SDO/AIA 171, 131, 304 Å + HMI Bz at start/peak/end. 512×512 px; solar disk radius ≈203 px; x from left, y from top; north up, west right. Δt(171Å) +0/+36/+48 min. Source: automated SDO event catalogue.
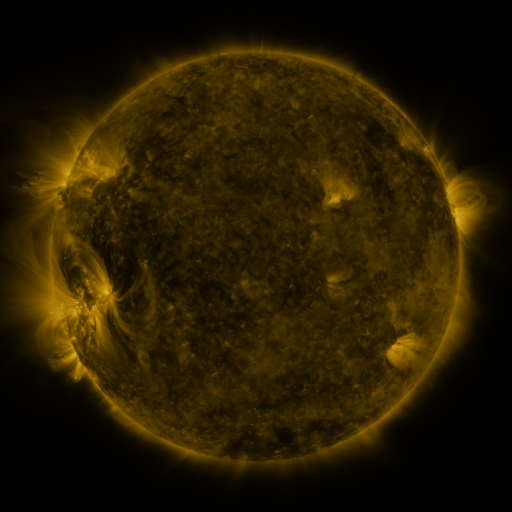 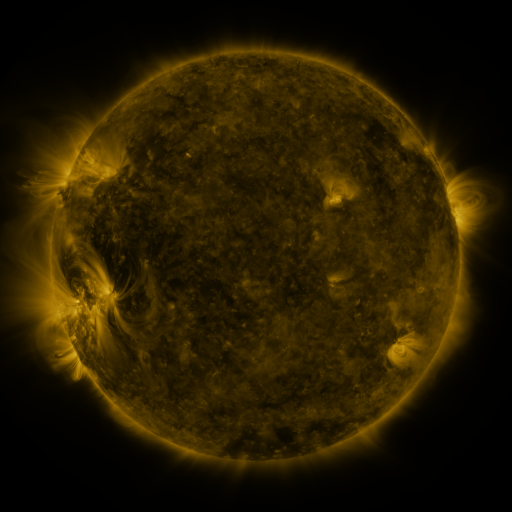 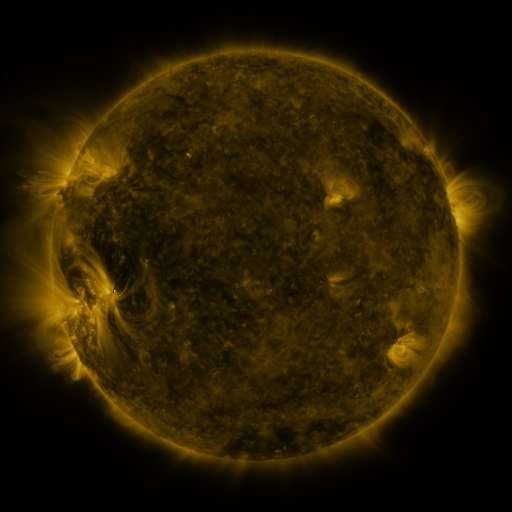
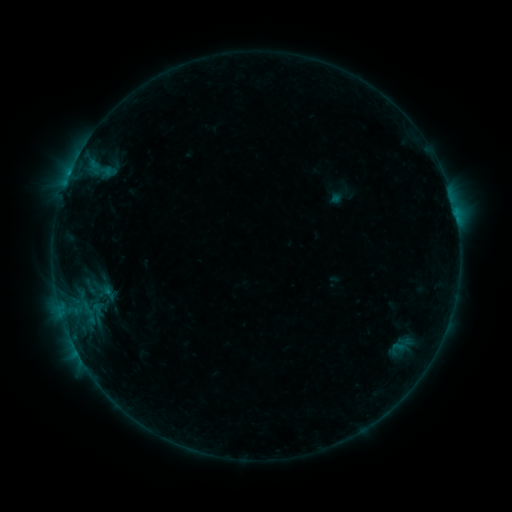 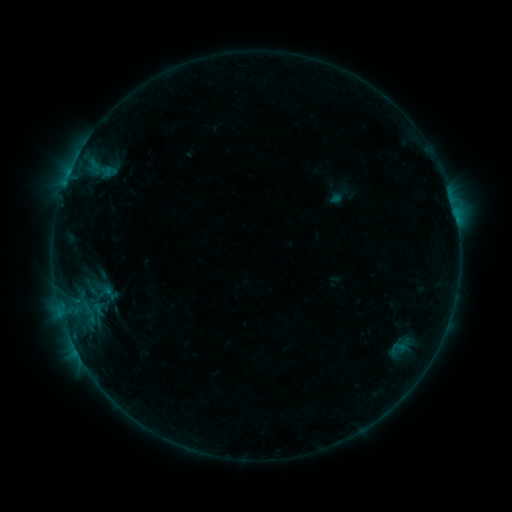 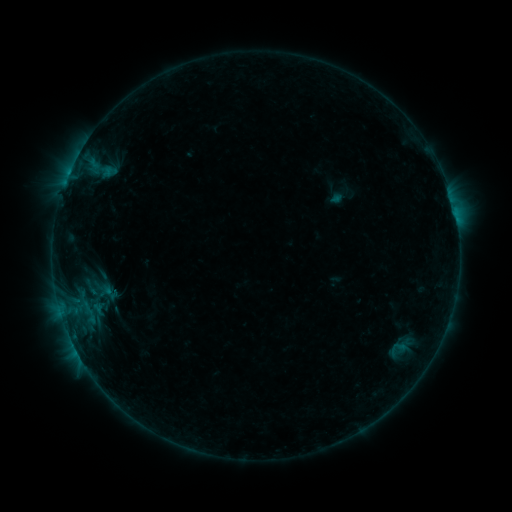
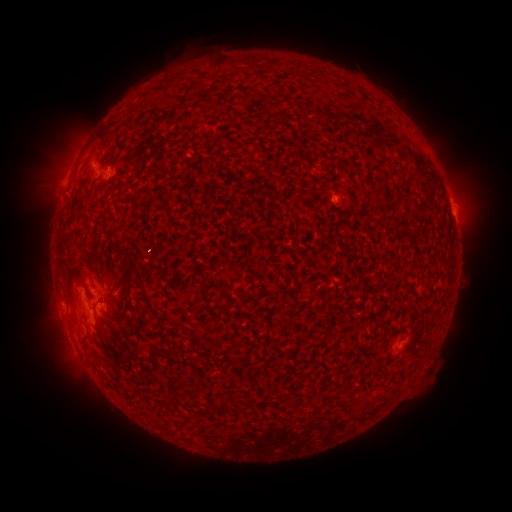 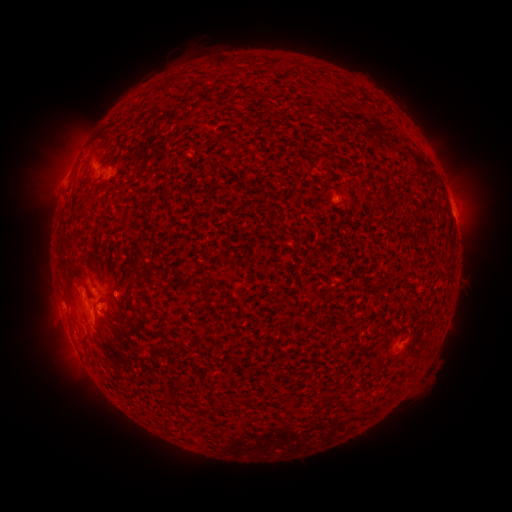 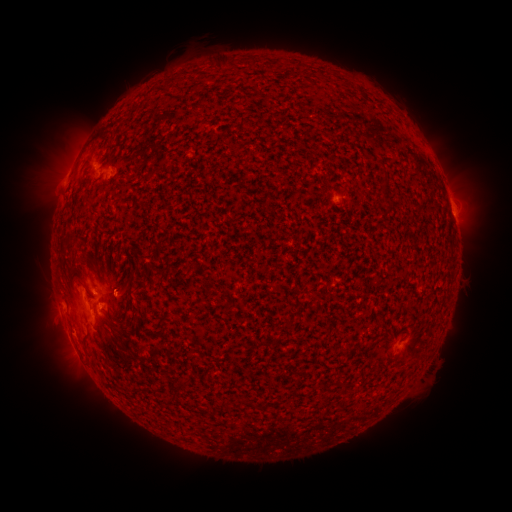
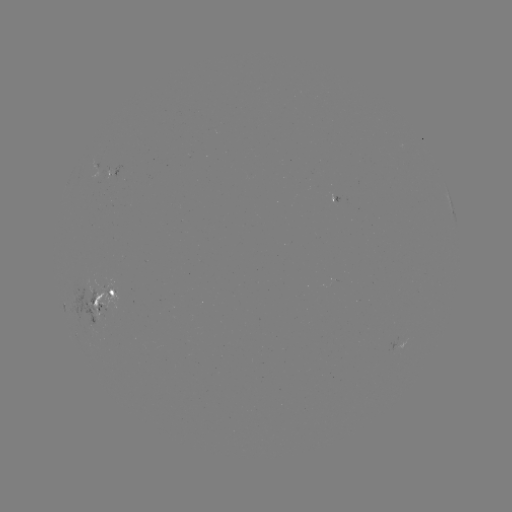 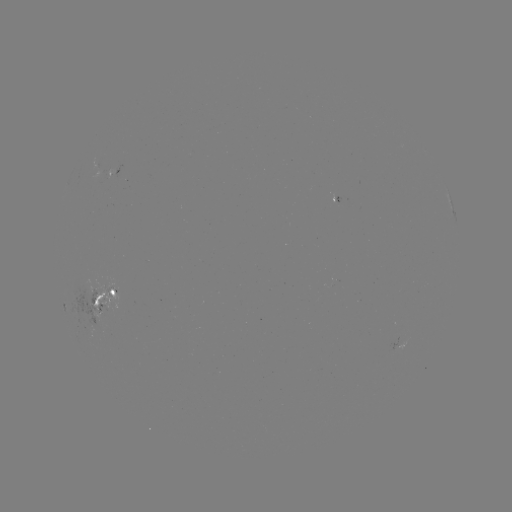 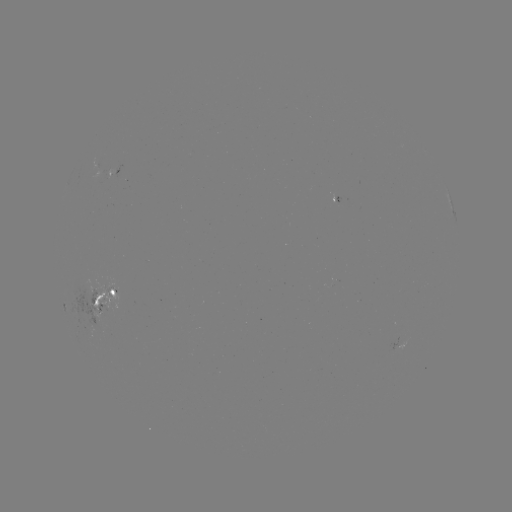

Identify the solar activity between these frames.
emerging-flux region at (87, 290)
